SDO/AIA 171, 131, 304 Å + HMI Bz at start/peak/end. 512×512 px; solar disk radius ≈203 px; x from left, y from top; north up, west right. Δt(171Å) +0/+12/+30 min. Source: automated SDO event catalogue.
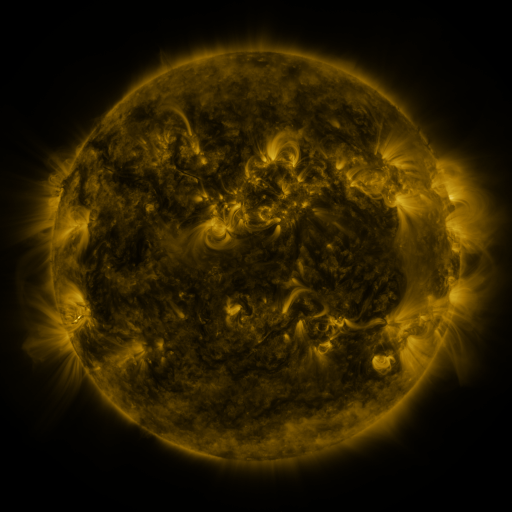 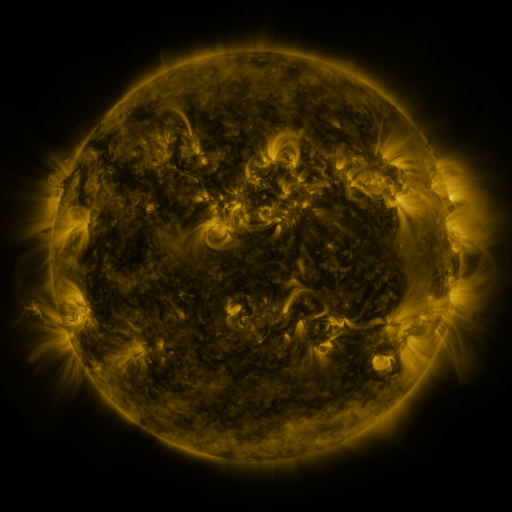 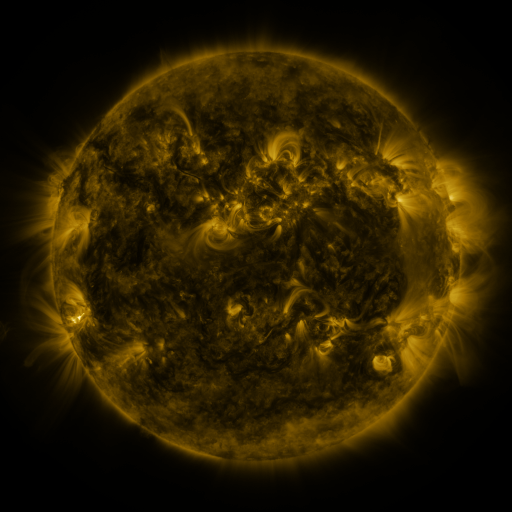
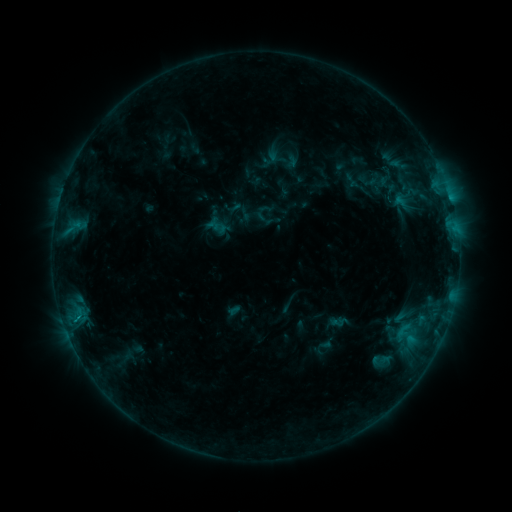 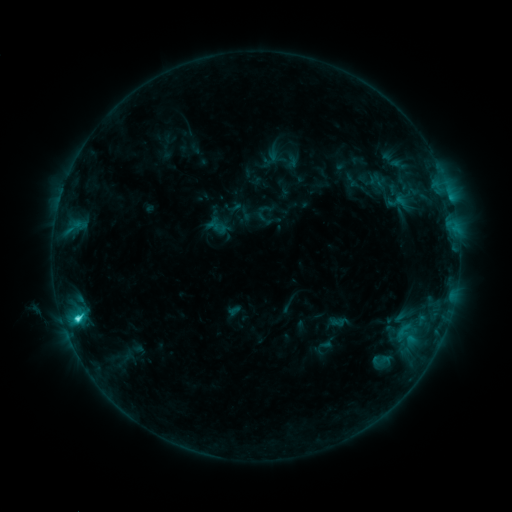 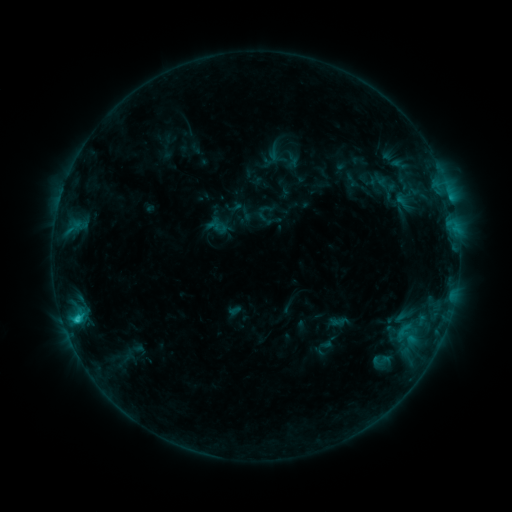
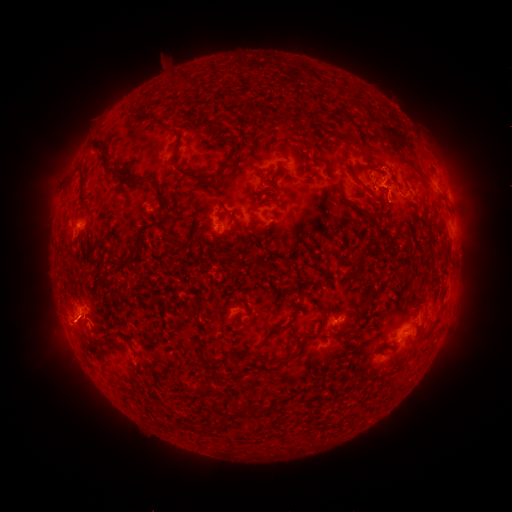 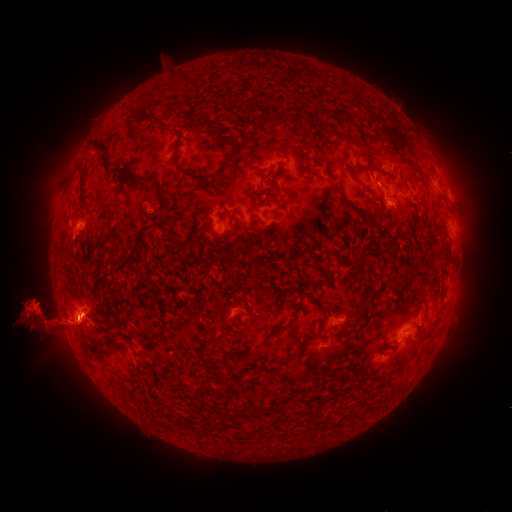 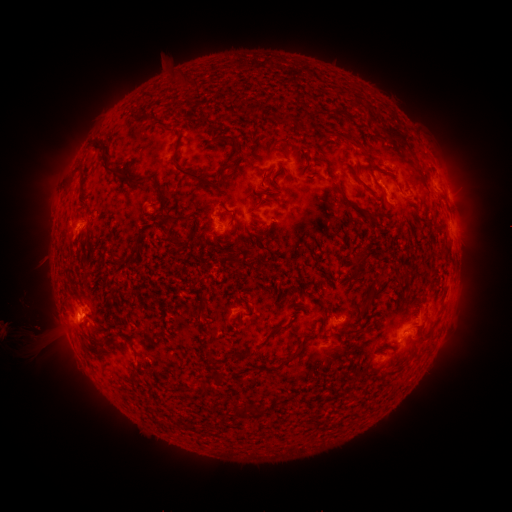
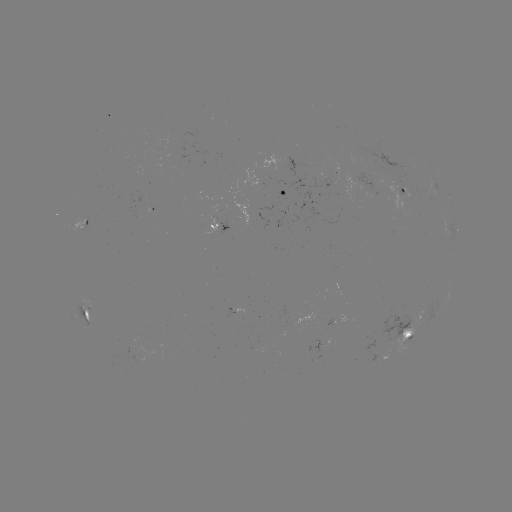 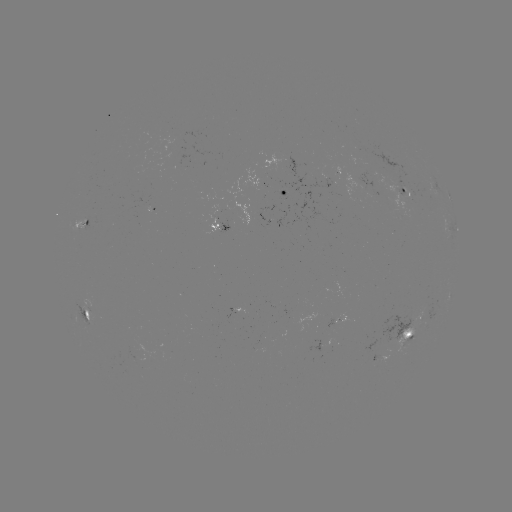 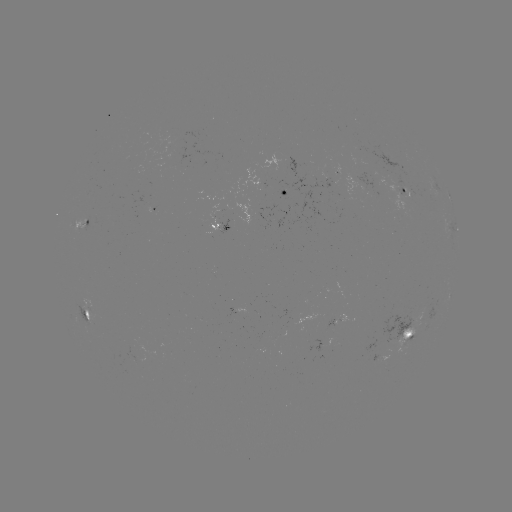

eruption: [0, 213, 148, 397]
